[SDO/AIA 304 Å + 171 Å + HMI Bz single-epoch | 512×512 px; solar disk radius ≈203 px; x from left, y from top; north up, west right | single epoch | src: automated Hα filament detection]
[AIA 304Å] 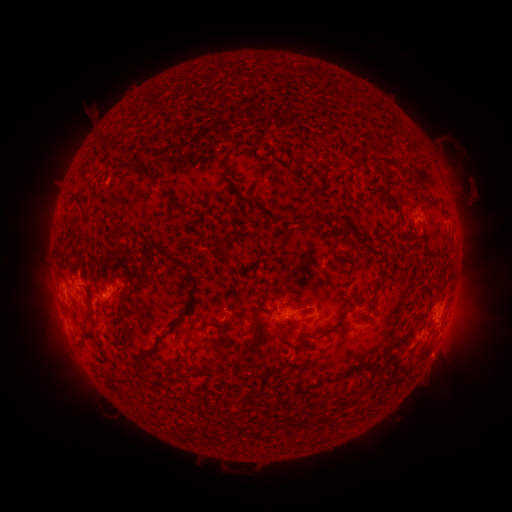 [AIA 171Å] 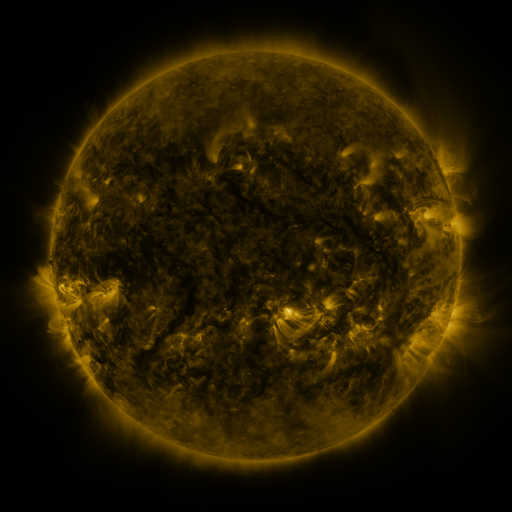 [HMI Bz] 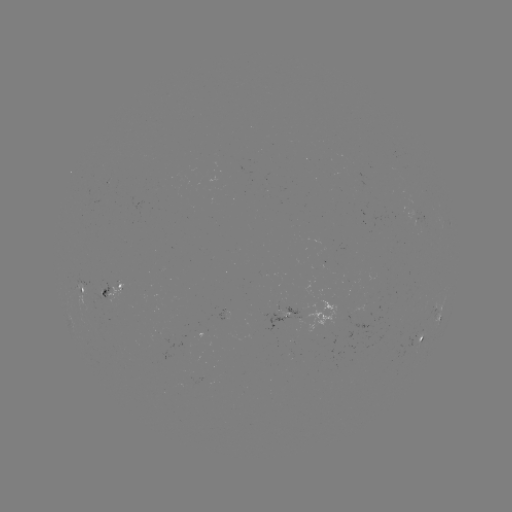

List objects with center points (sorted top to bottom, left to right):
filament: [411, 167, 433, 188]
filament: [242, 196, 255, 203]
filament: [168, 201, 188, 214]
filament: [320, 215, 336, 223]
filament: [341, 223, 350, 233]
filament: [154, 244, 194, 274]
filament: [220, 250, 233, 271]
filament: [329, 255, 338, 266]
filament: [163, 279, 200, 335]
filament: [82, 283, 91, 298]
filament: [366, 285, 380, 298]
filament: [287, 296, 304, 310]
filament: [394, 315, 401, 326]
filament: [249, 322, 257, 331]
filament: [183, 330, 193, 346]
filament: [418, 345, 431, 358]
filament: [141, 347, 153, 353]
filament: [306, 366, 361, 390]
filament: [355, 385, 367, 393]
